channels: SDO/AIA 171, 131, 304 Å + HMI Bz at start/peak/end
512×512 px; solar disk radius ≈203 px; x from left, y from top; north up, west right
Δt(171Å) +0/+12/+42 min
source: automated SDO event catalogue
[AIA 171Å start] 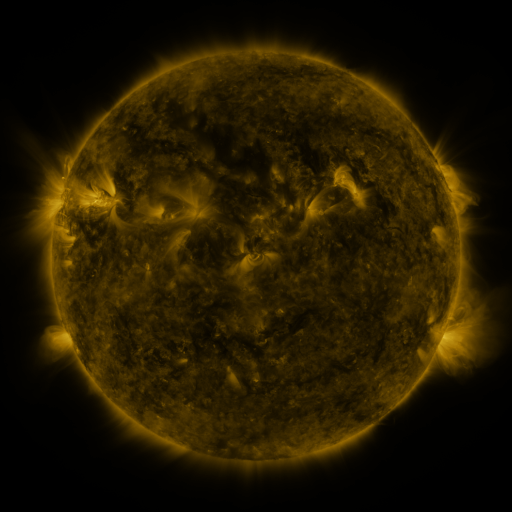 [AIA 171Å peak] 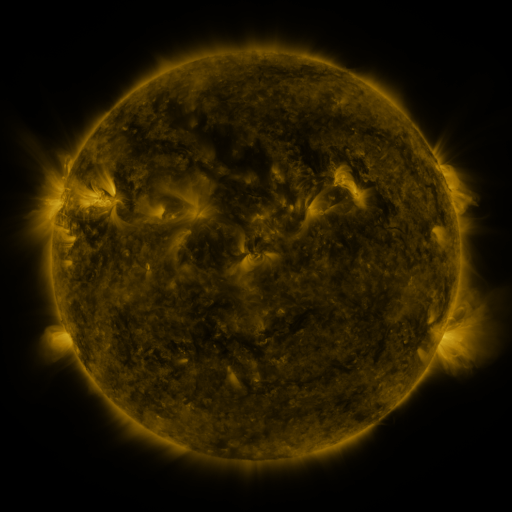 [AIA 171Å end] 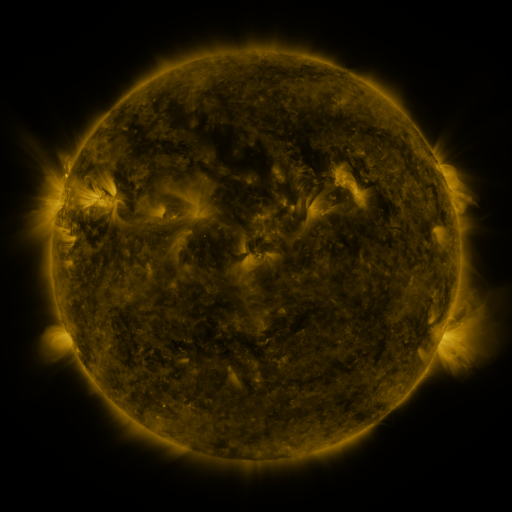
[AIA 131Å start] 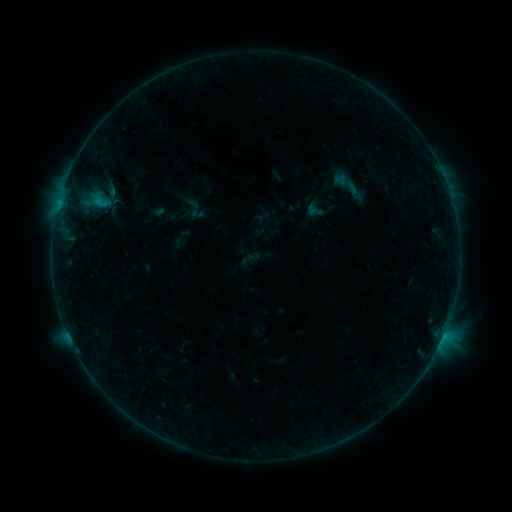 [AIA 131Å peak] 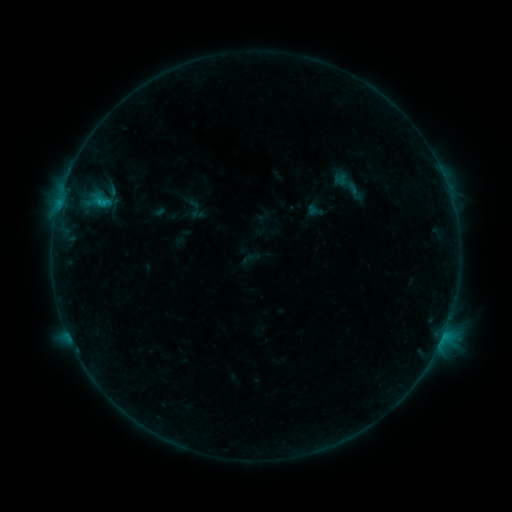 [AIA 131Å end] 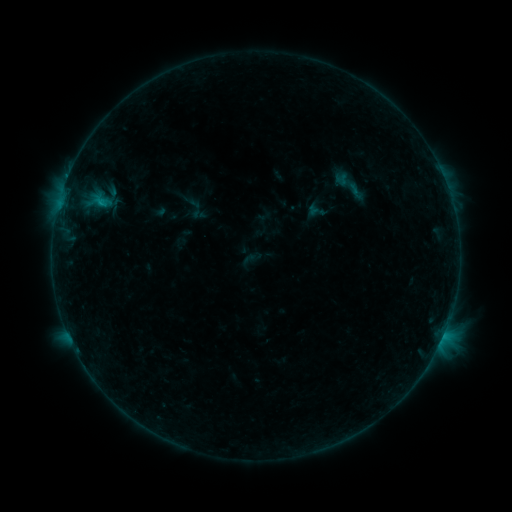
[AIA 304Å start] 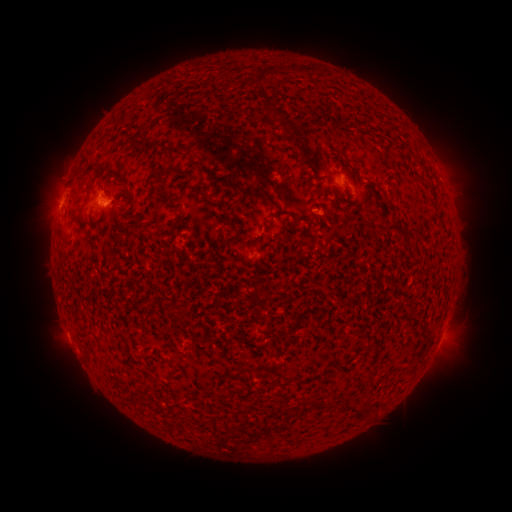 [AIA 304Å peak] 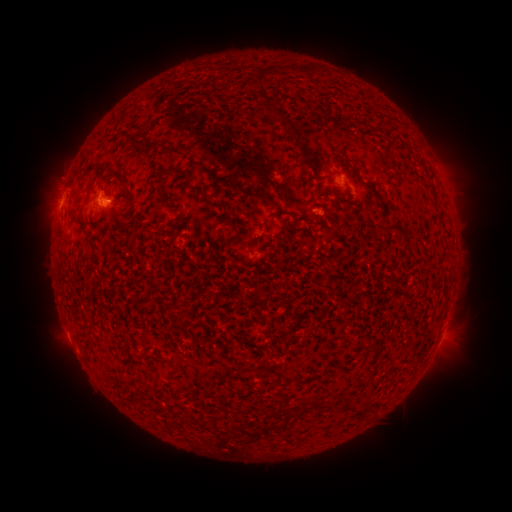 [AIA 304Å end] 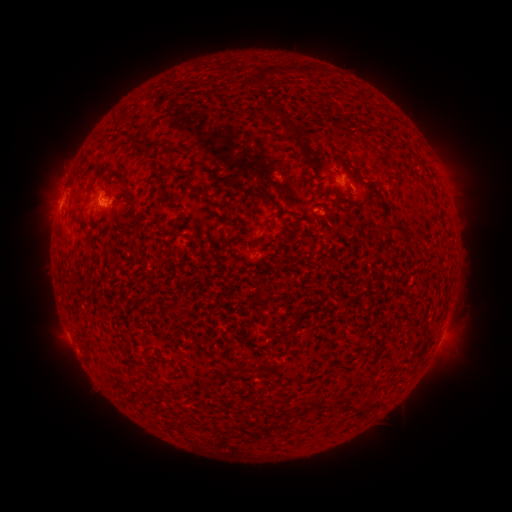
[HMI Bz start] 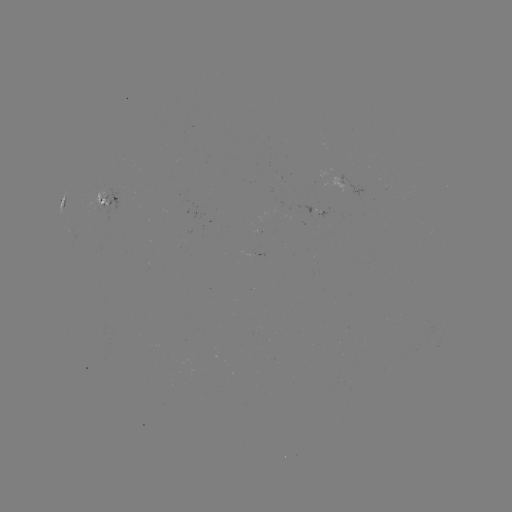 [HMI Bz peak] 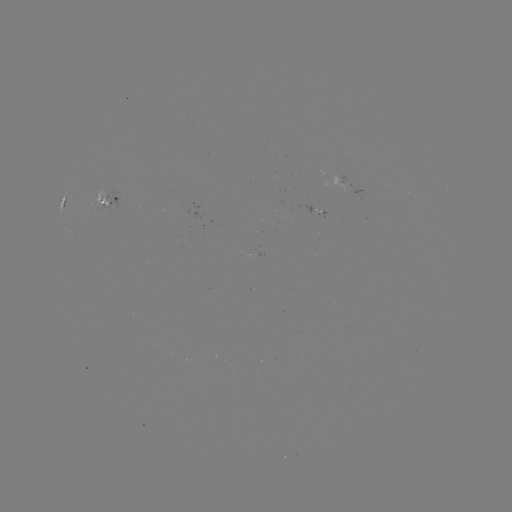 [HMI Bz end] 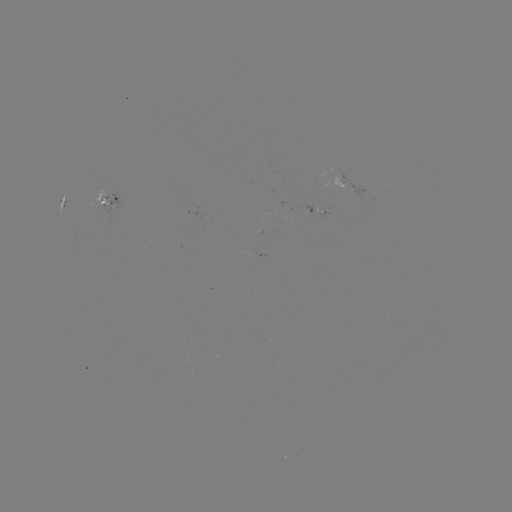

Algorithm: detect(B7.1 flare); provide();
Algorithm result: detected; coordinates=(105, 204)